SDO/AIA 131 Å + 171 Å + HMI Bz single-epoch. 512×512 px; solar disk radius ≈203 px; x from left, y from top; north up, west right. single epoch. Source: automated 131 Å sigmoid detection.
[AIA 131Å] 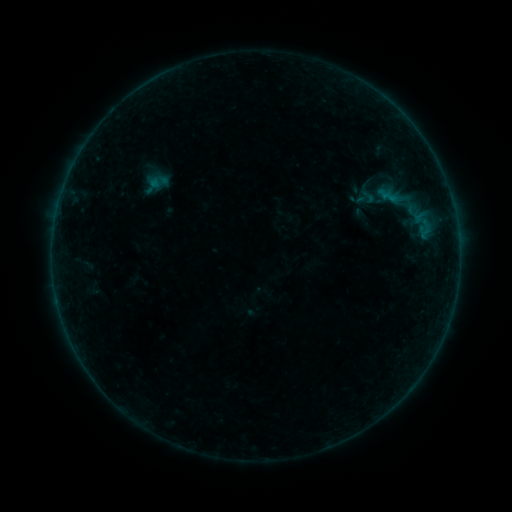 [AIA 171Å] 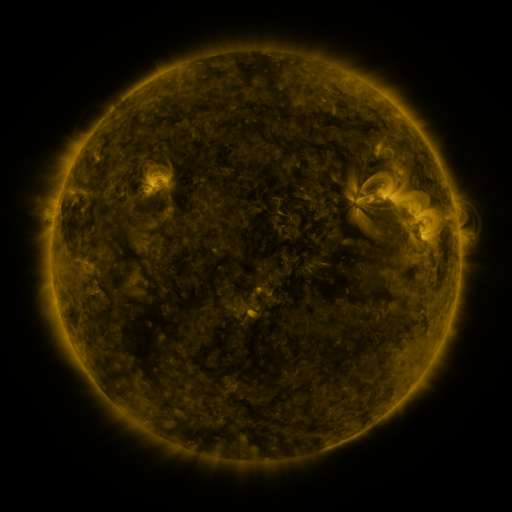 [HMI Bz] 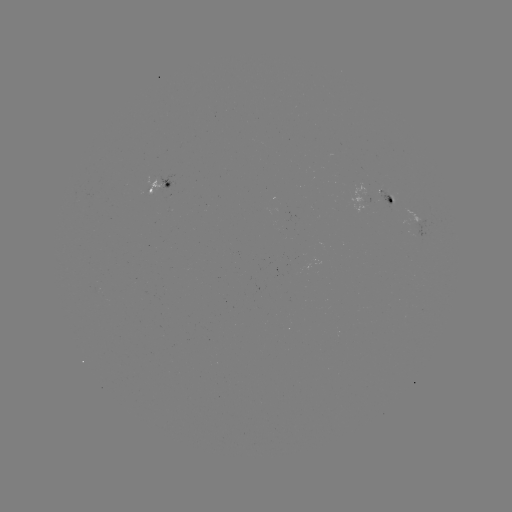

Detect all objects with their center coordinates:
sigmoid: (368, 197)
